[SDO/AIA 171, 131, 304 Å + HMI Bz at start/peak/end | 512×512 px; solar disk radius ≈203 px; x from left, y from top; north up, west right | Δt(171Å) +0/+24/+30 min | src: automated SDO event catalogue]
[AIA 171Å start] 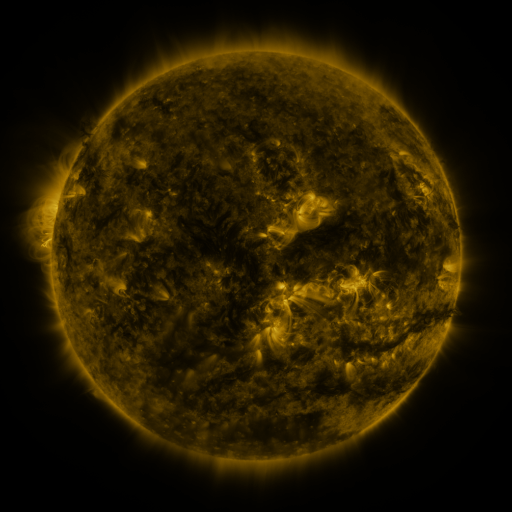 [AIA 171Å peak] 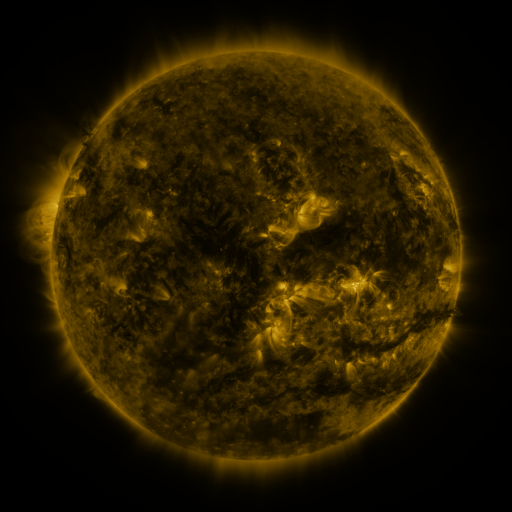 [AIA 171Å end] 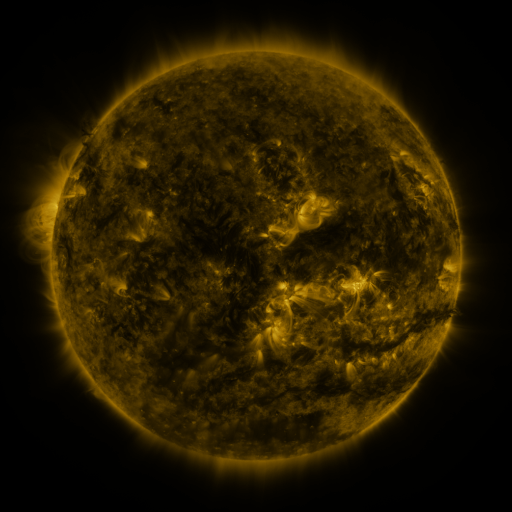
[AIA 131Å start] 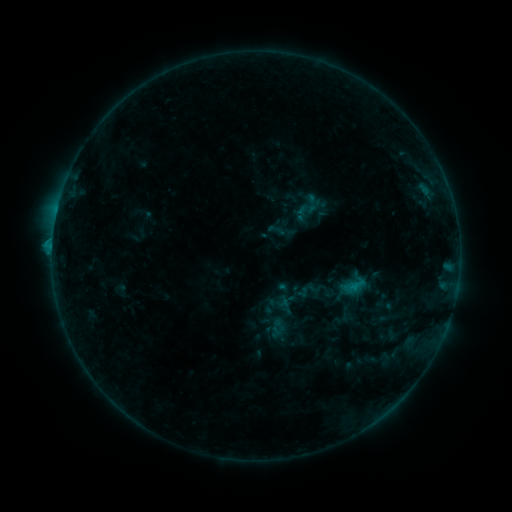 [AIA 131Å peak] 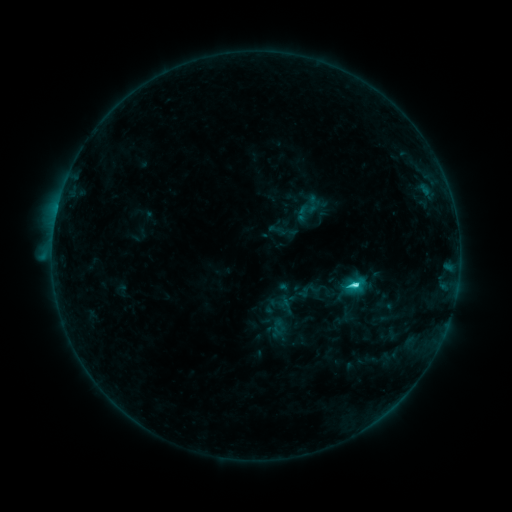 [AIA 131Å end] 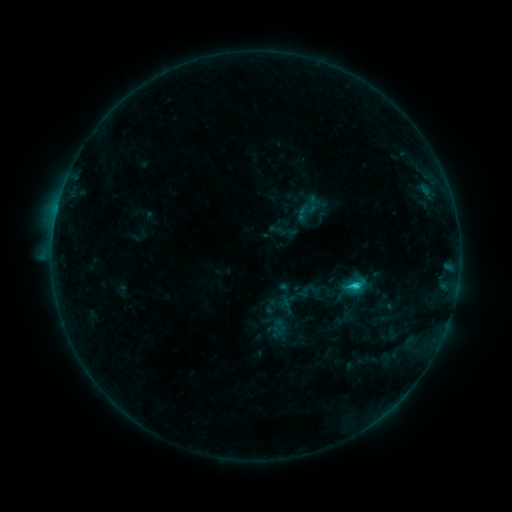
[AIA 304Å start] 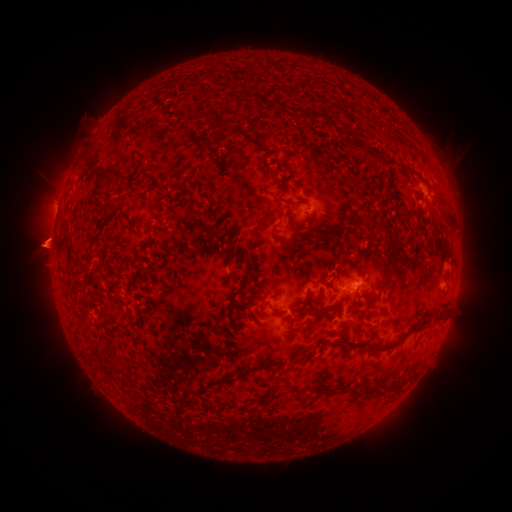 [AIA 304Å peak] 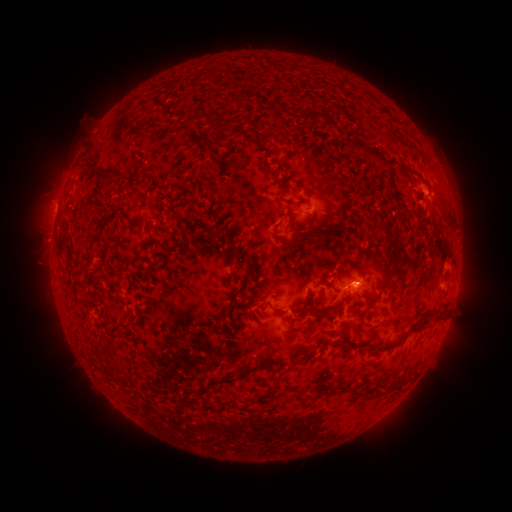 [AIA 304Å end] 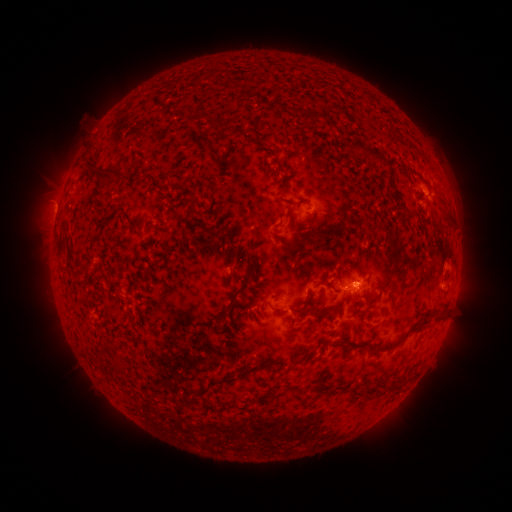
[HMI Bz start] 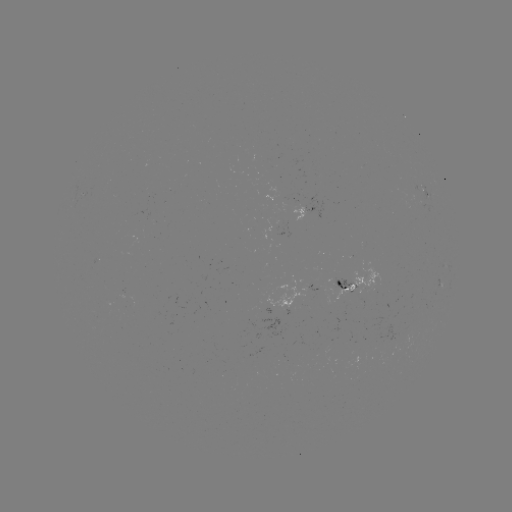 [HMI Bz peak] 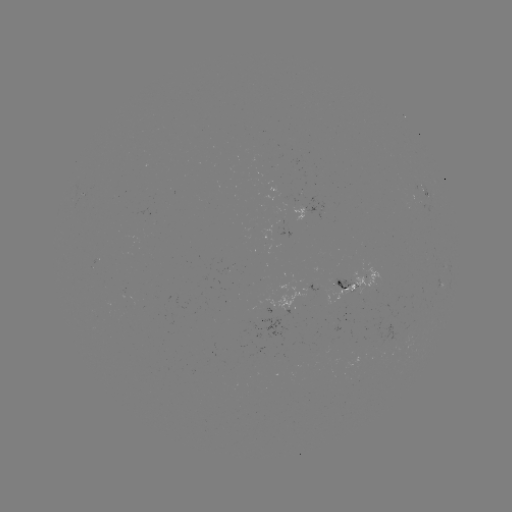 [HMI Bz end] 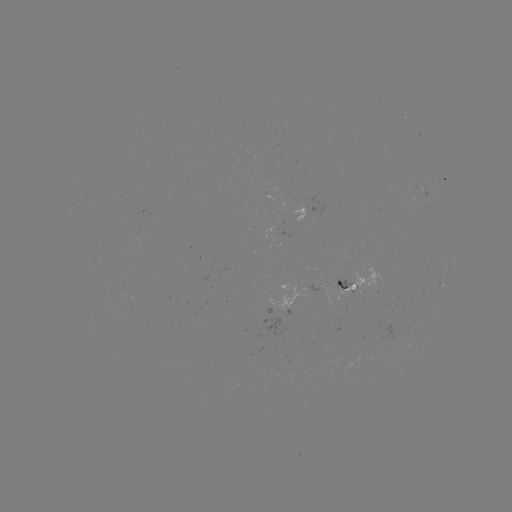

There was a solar flare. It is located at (352, 283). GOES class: C2.8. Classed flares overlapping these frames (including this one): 1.